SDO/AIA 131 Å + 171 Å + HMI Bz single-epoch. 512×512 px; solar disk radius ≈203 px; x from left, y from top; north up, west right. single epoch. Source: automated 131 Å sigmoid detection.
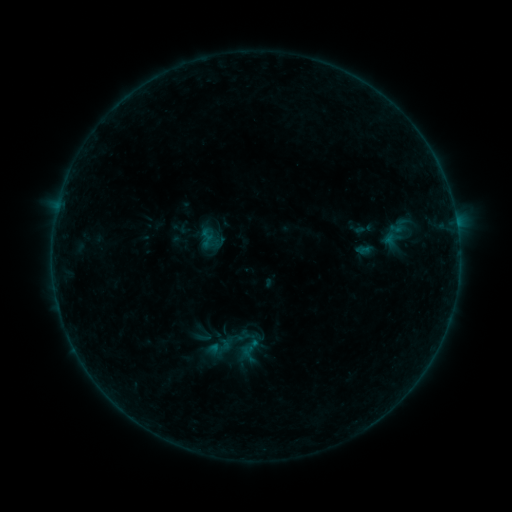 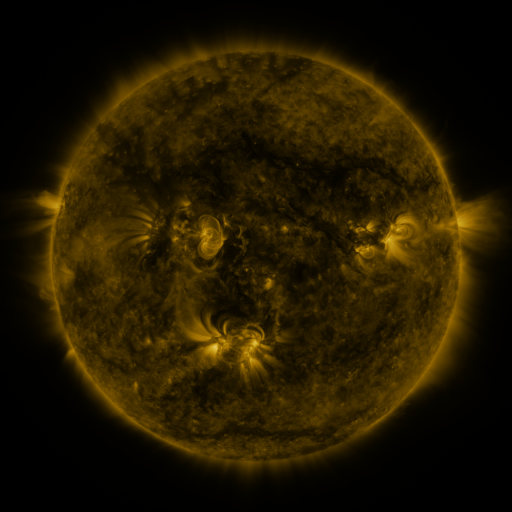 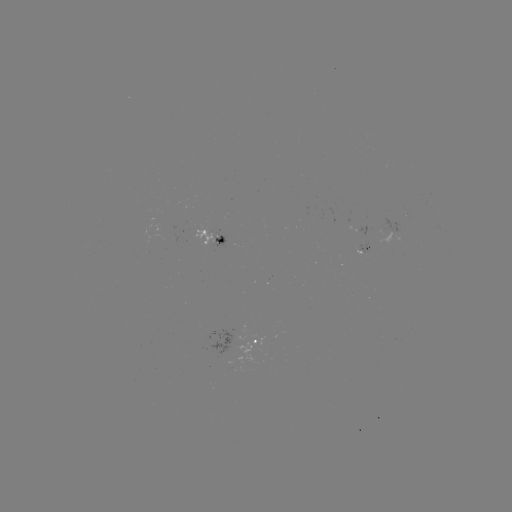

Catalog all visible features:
sigmoid: (223, 347)
